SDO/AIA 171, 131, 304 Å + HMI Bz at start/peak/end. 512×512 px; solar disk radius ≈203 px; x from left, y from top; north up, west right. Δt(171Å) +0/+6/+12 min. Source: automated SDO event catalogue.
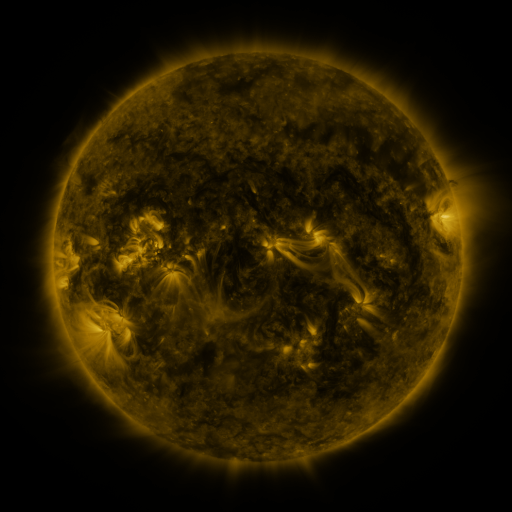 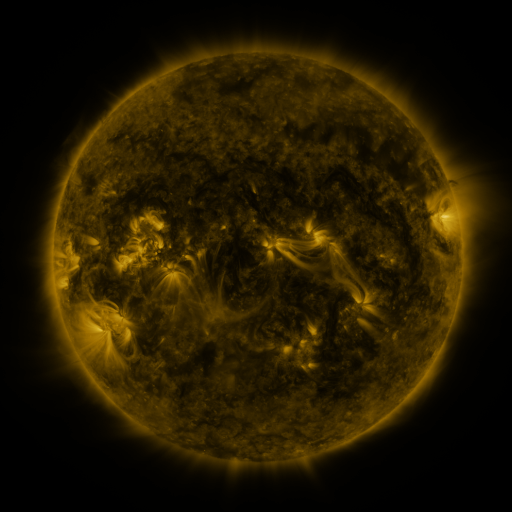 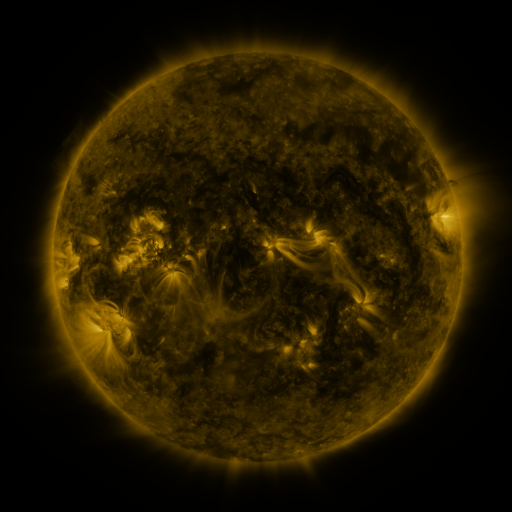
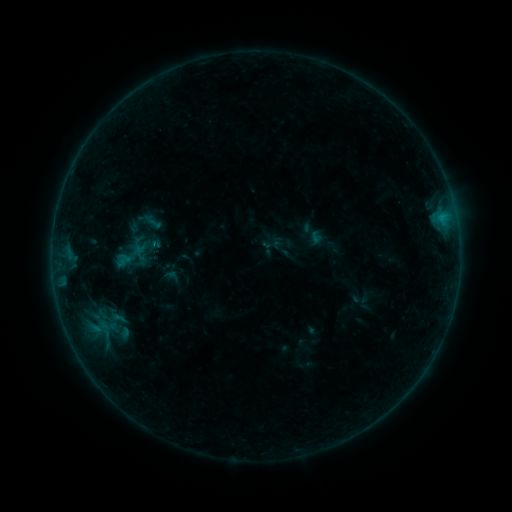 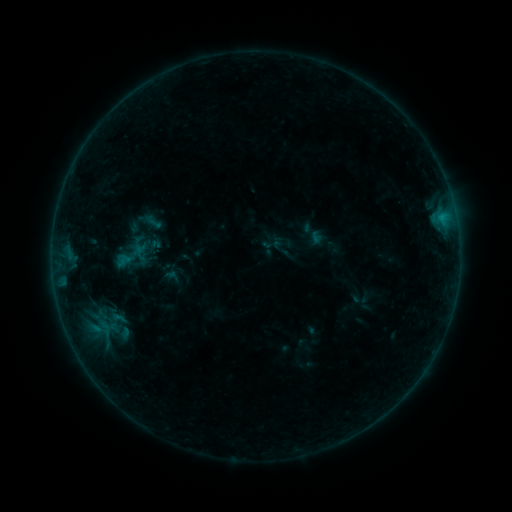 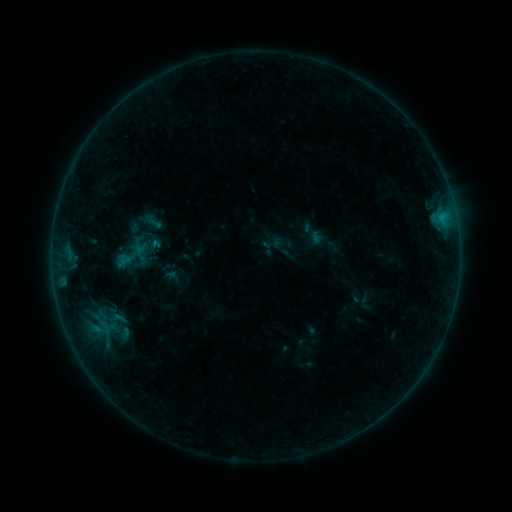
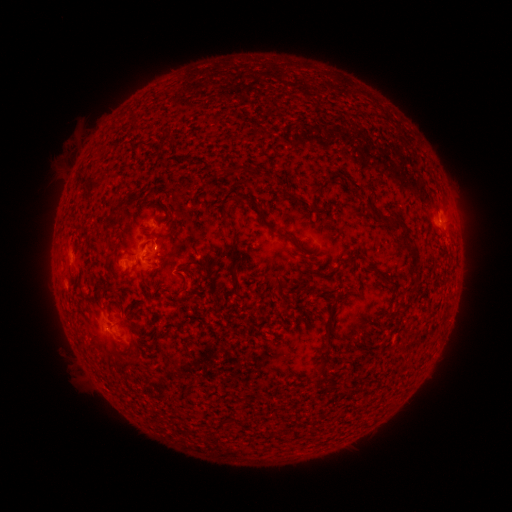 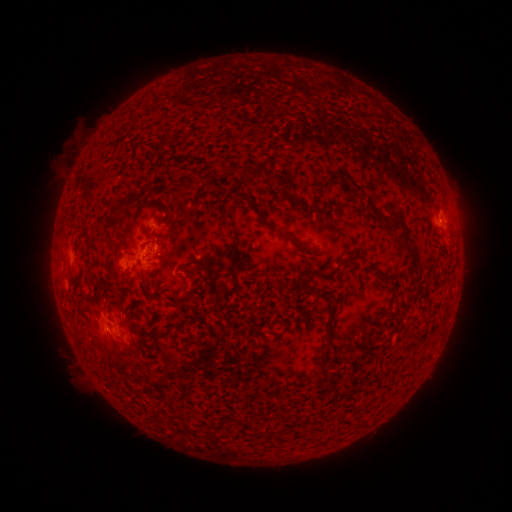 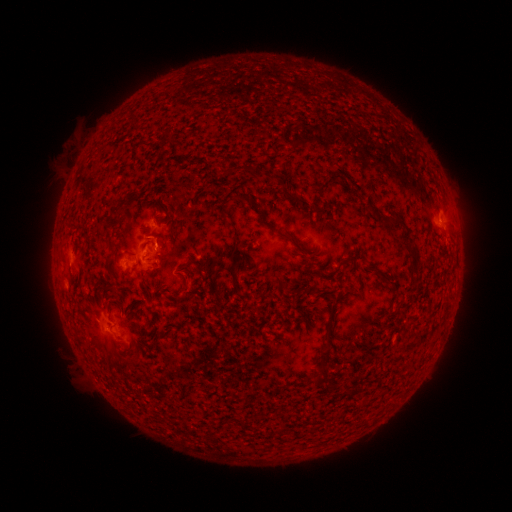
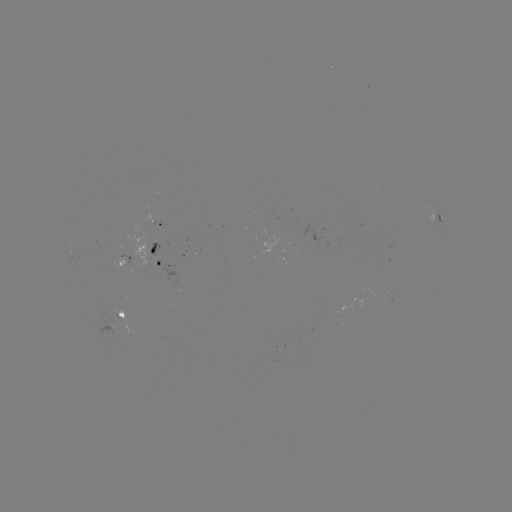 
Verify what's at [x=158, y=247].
B3.0 flare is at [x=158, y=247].